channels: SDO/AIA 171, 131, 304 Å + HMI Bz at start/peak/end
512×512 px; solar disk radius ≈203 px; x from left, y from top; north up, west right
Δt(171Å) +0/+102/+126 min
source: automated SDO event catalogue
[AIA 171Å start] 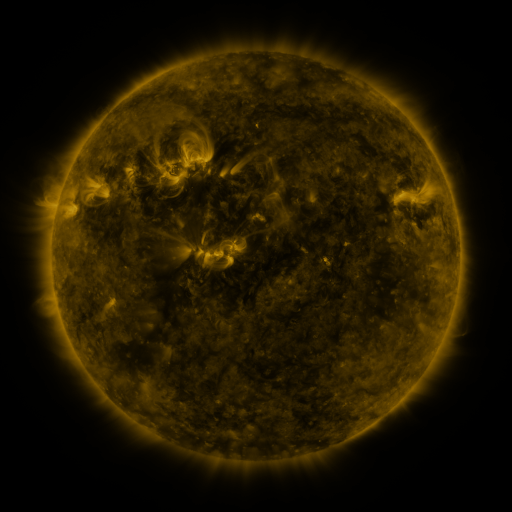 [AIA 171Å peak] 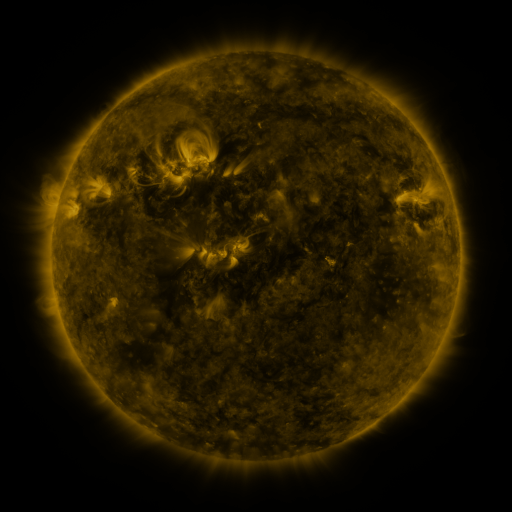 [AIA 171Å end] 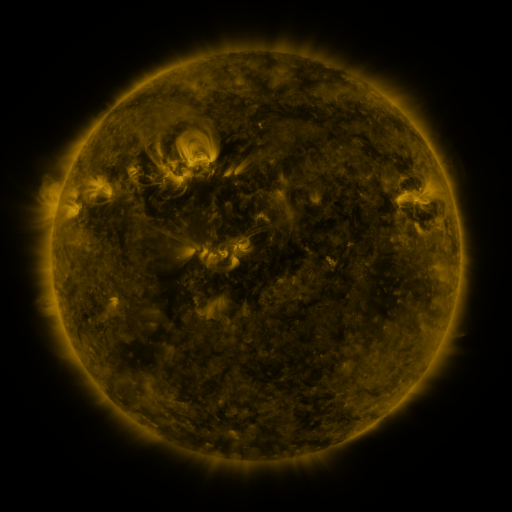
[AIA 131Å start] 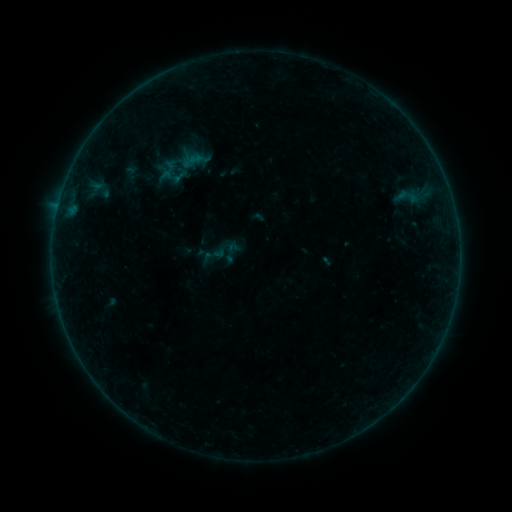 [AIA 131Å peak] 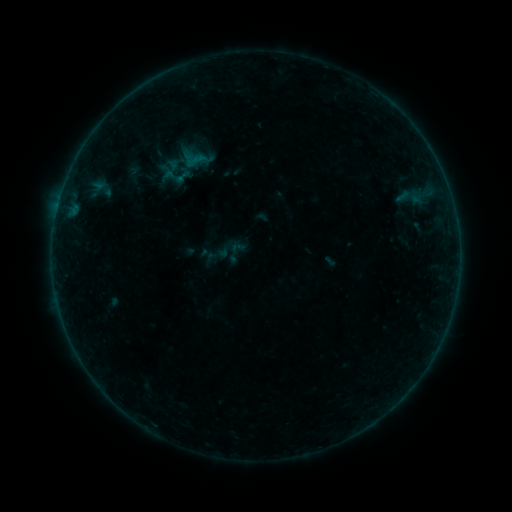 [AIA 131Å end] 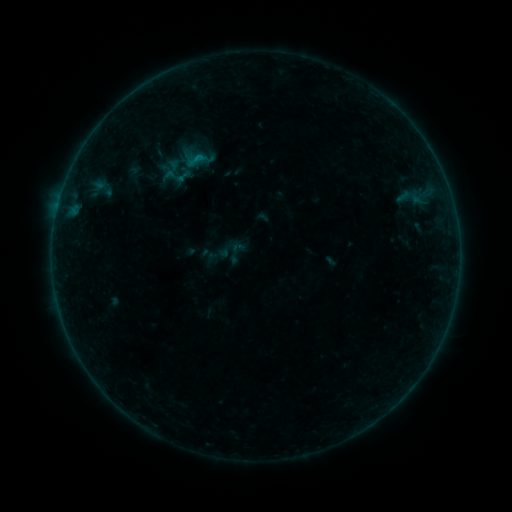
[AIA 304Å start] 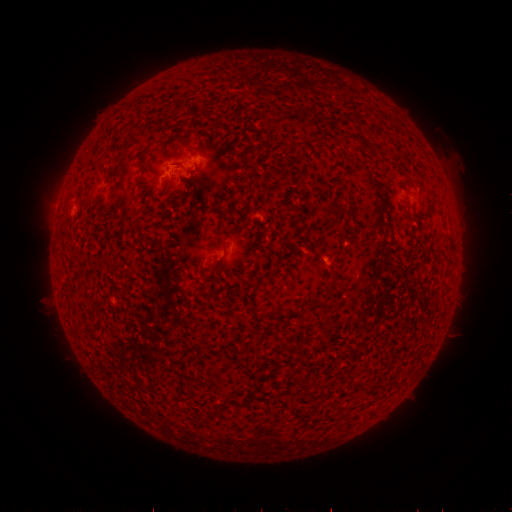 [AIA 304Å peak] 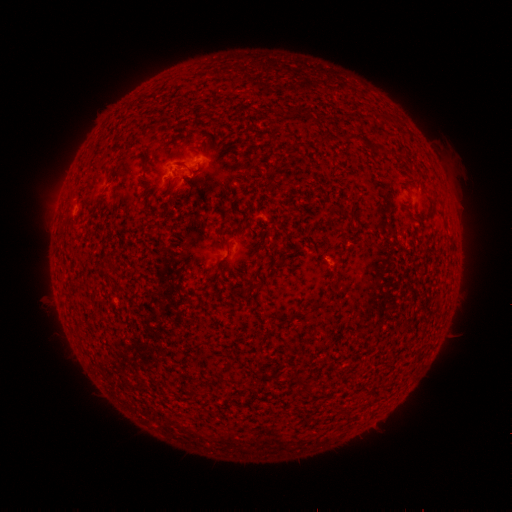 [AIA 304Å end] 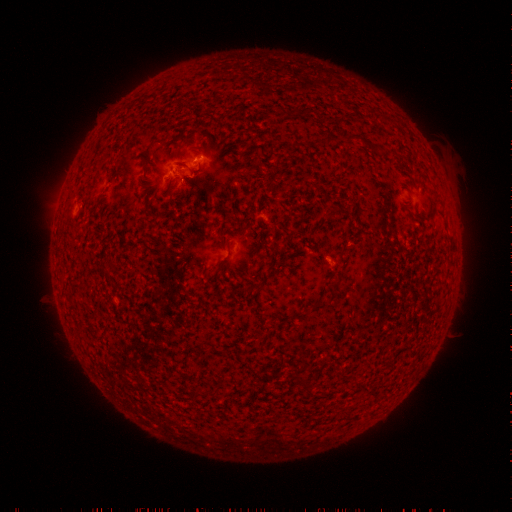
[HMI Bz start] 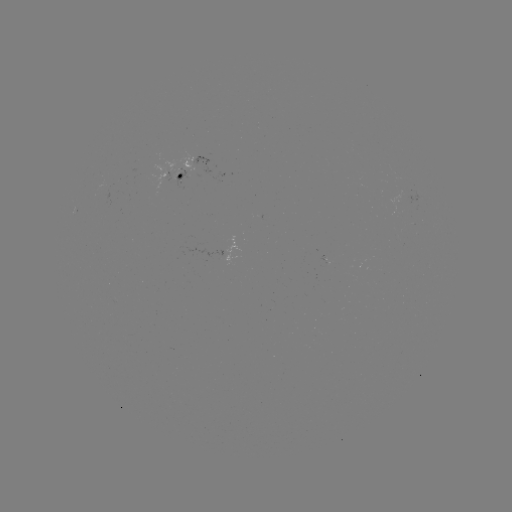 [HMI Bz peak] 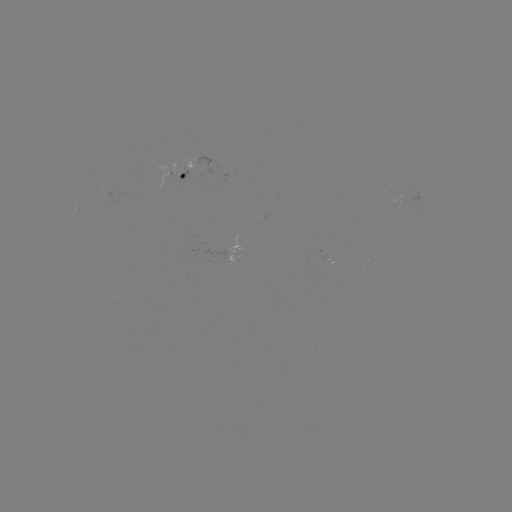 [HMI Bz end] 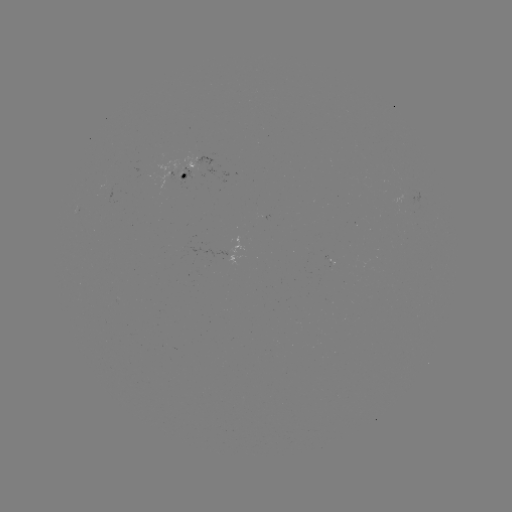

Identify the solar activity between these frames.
emerging-flux region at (229, 252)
